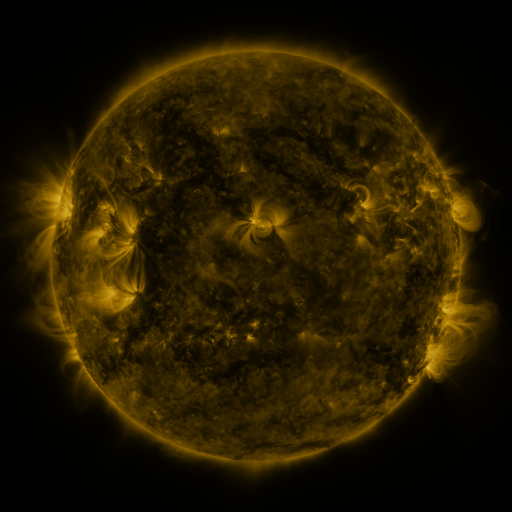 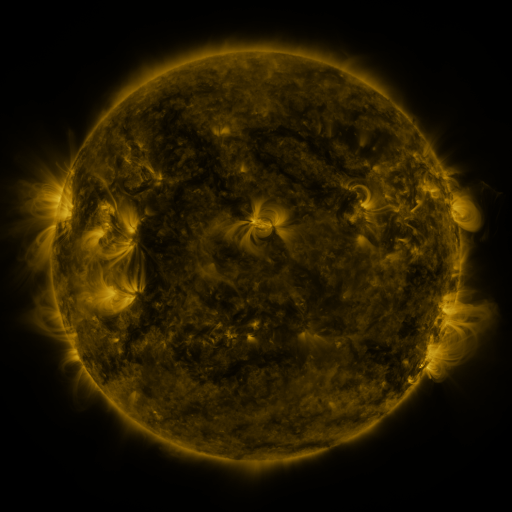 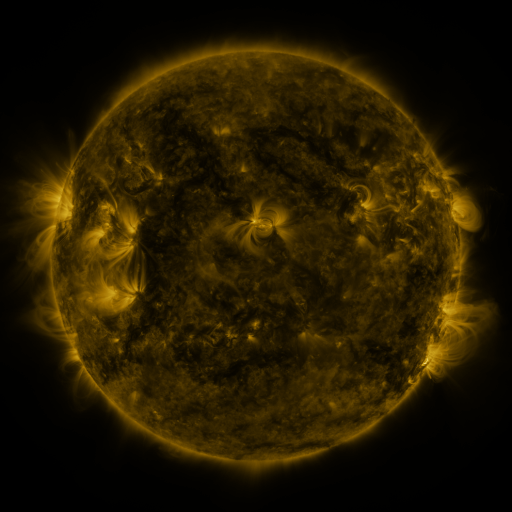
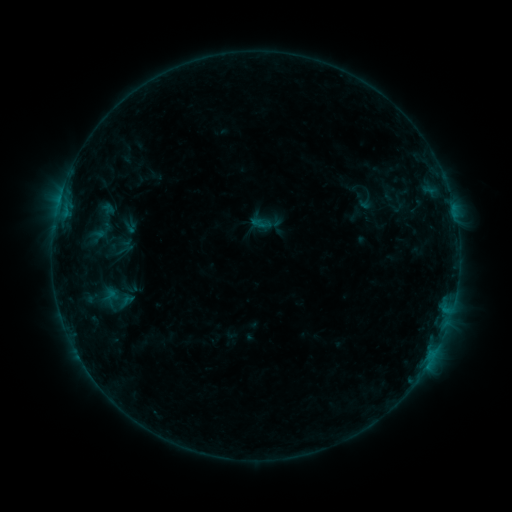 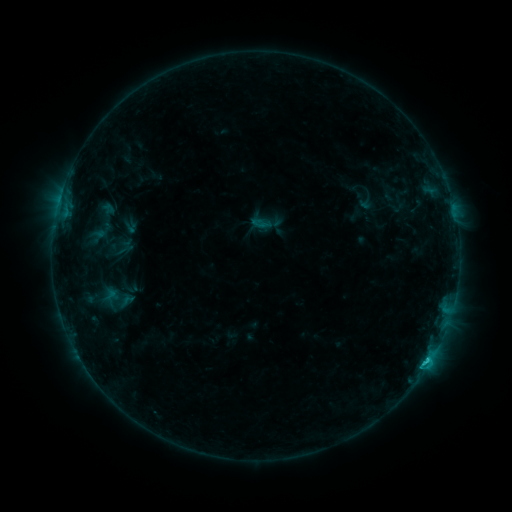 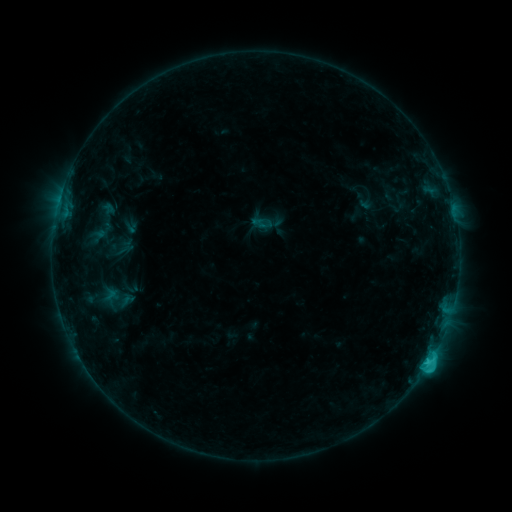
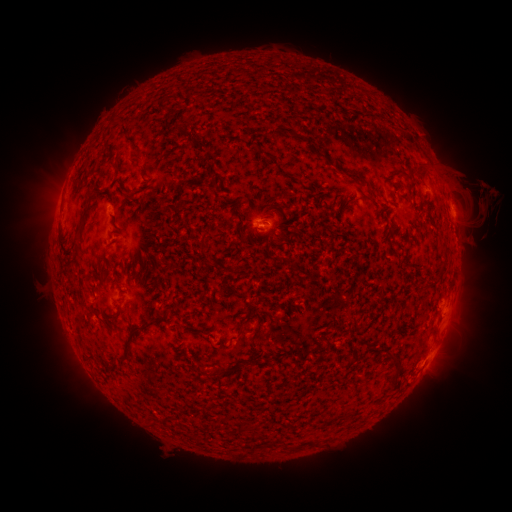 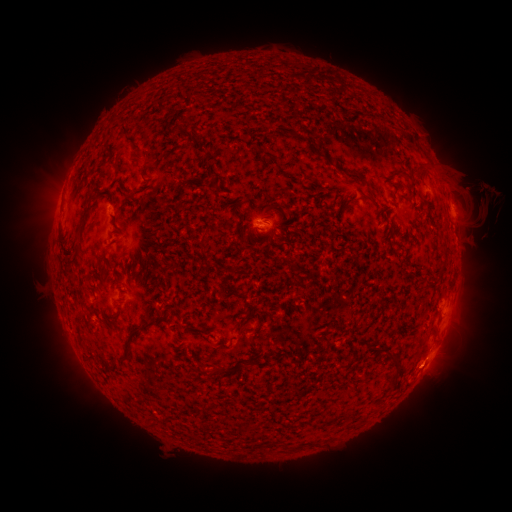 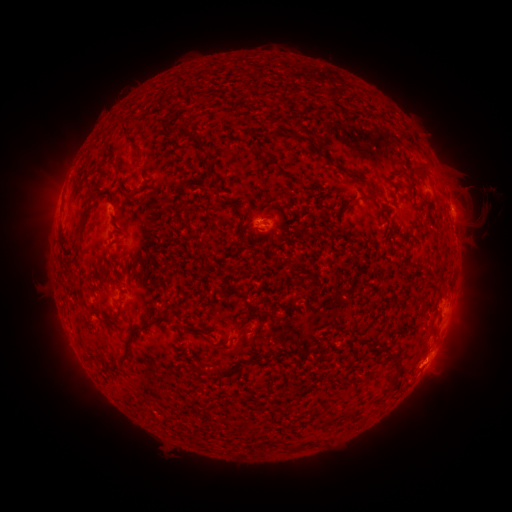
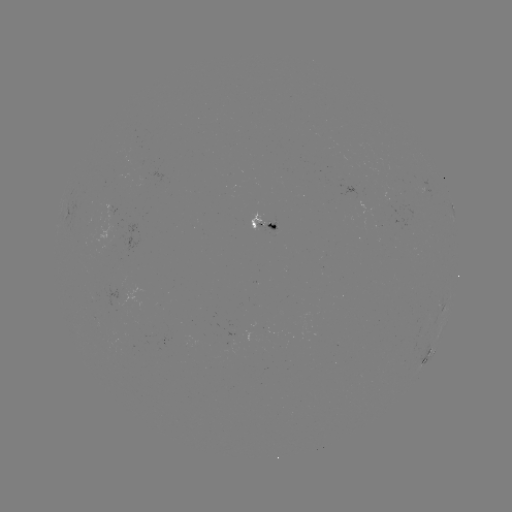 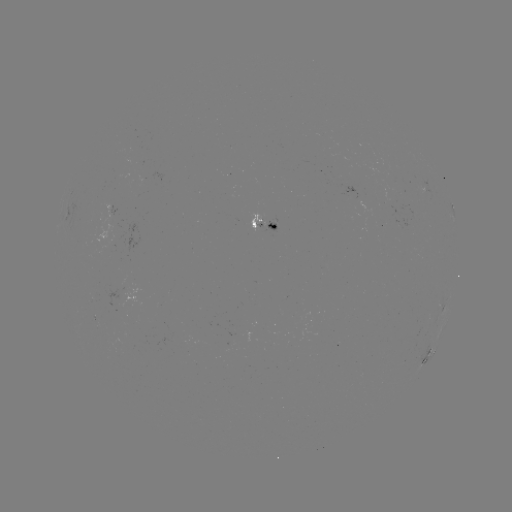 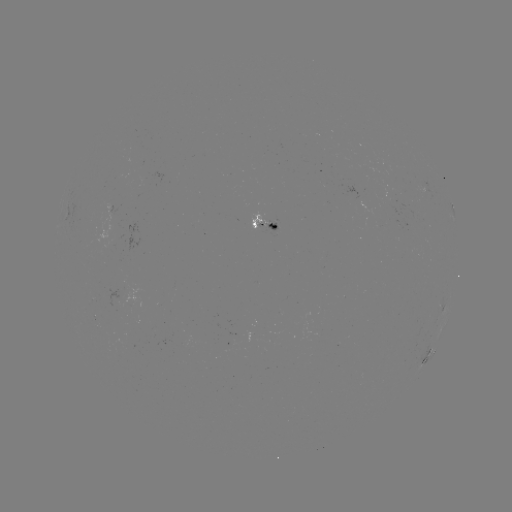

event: flare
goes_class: C3.0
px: (428, 357)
